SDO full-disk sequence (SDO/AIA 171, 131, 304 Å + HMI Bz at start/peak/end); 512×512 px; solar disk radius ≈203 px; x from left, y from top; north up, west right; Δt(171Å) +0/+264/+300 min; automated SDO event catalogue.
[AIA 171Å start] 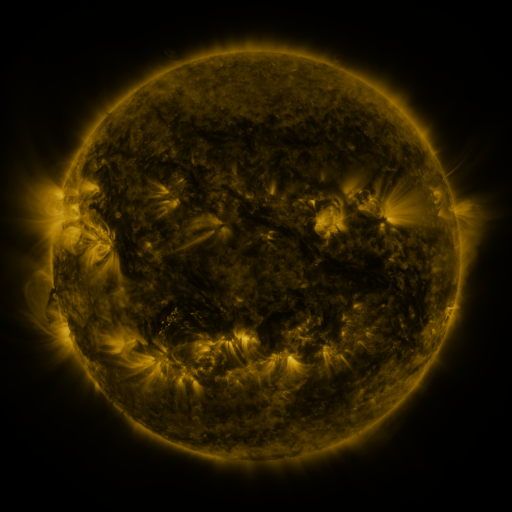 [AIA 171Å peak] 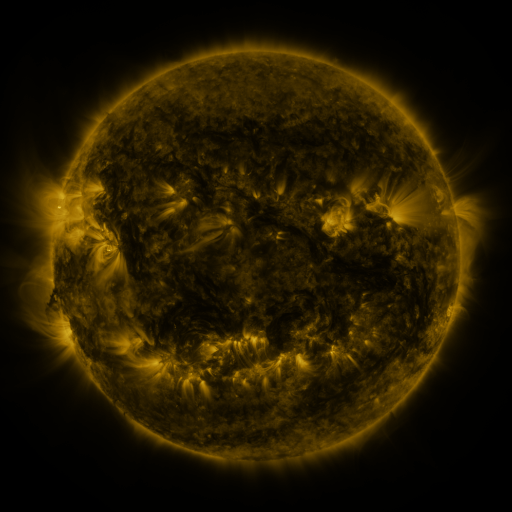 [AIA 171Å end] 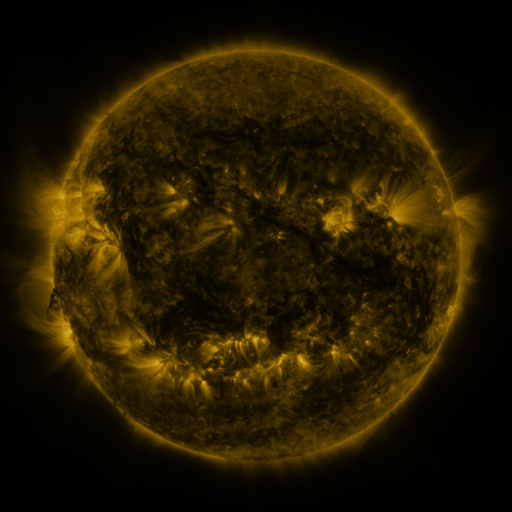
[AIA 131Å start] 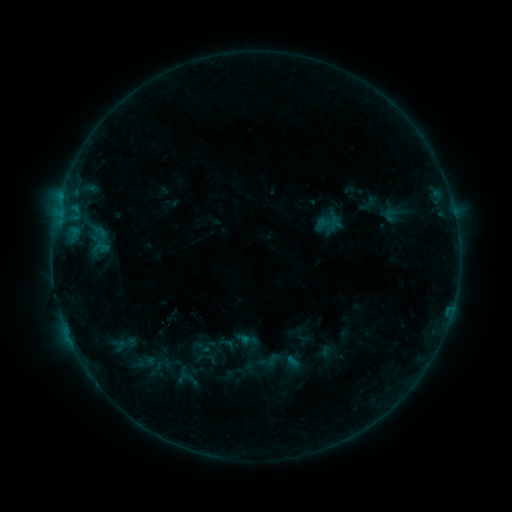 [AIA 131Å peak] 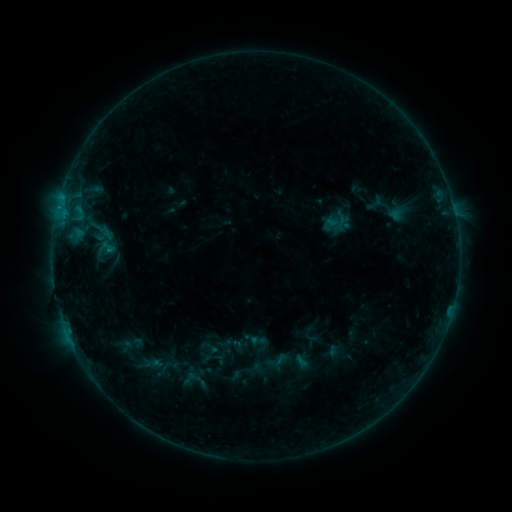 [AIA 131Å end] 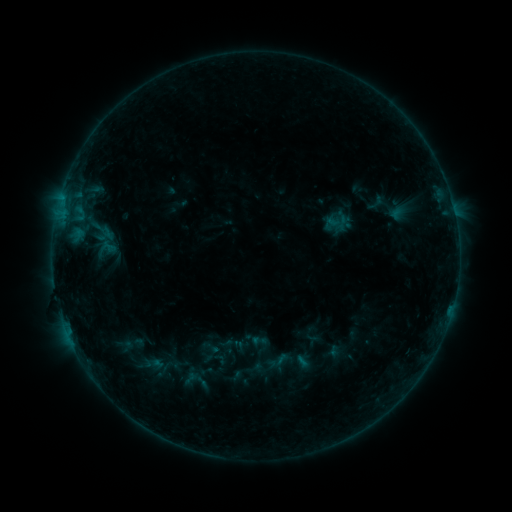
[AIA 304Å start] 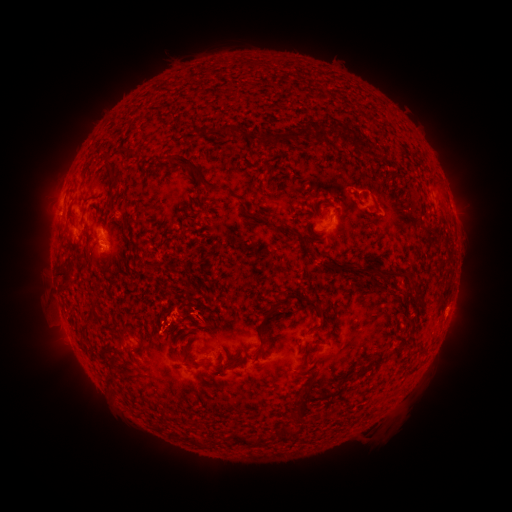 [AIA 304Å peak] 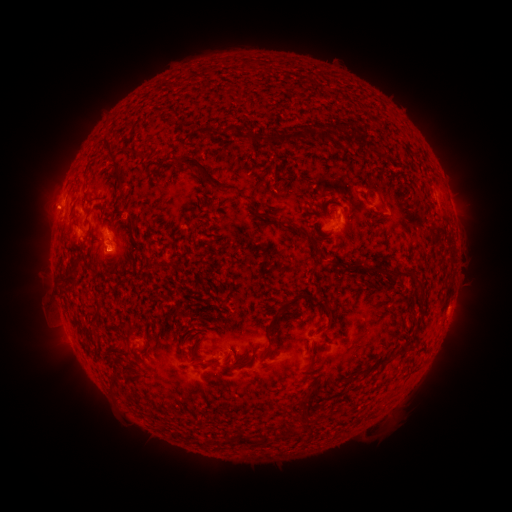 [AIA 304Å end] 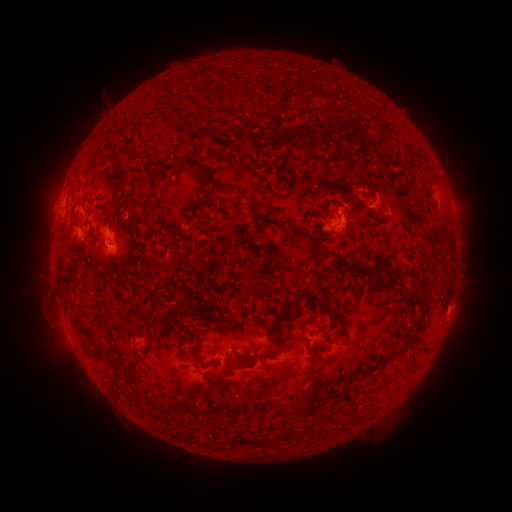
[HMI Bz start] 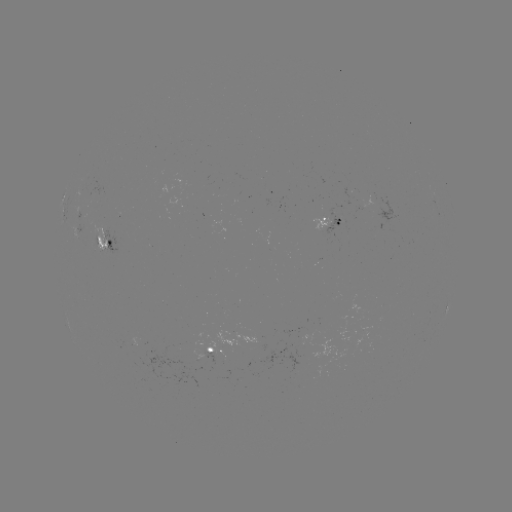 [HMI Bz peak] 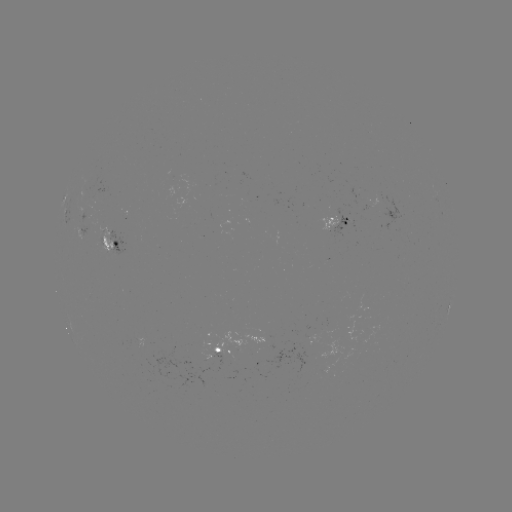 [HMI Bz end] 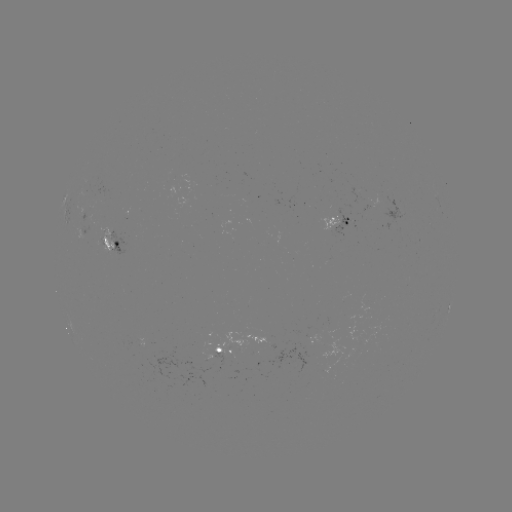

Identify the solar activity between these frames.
emerging-flux region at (89, 227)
